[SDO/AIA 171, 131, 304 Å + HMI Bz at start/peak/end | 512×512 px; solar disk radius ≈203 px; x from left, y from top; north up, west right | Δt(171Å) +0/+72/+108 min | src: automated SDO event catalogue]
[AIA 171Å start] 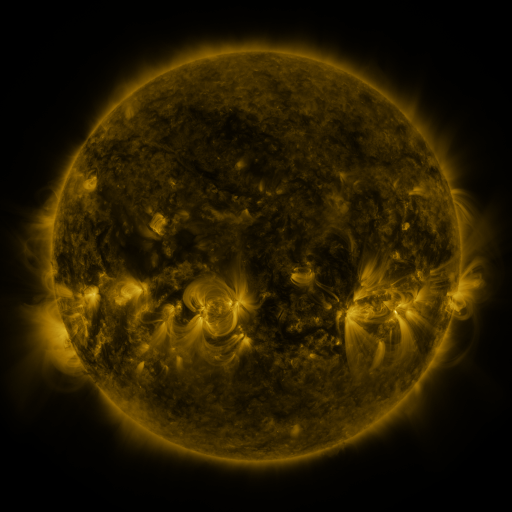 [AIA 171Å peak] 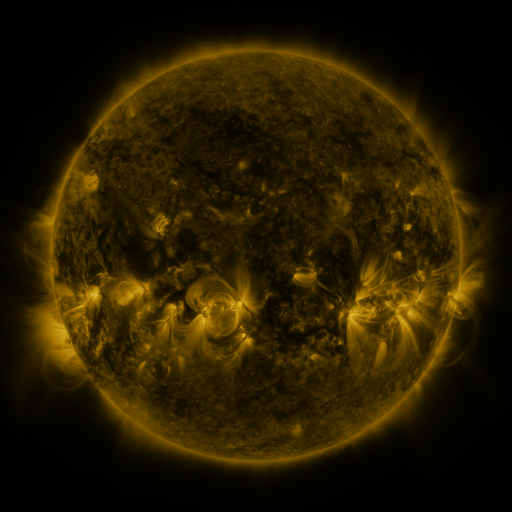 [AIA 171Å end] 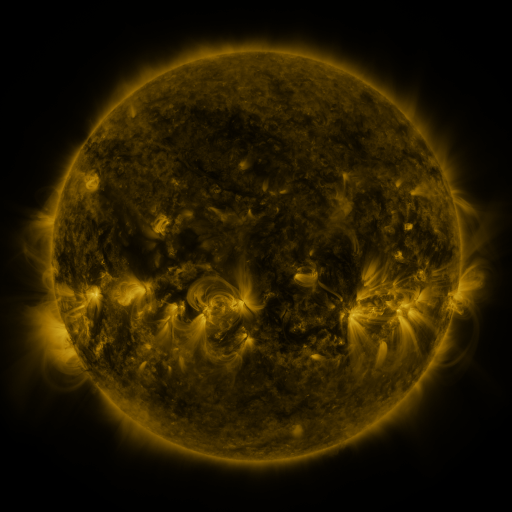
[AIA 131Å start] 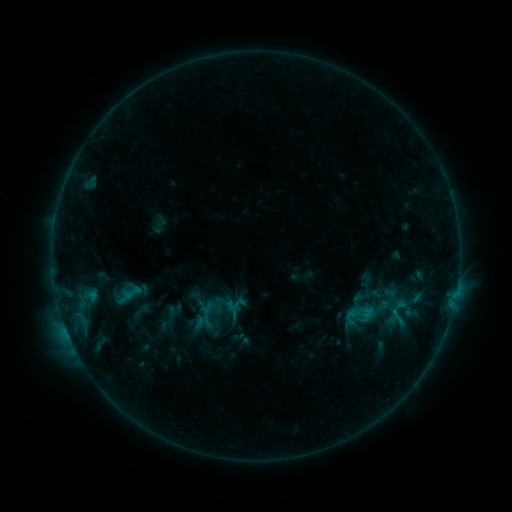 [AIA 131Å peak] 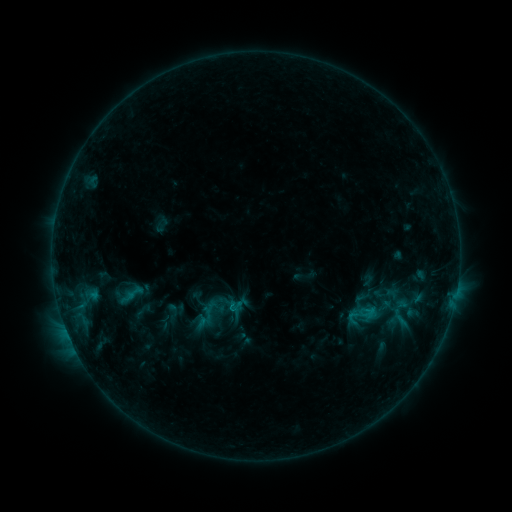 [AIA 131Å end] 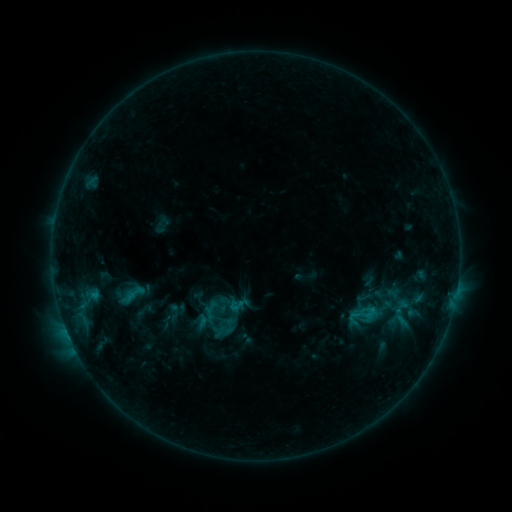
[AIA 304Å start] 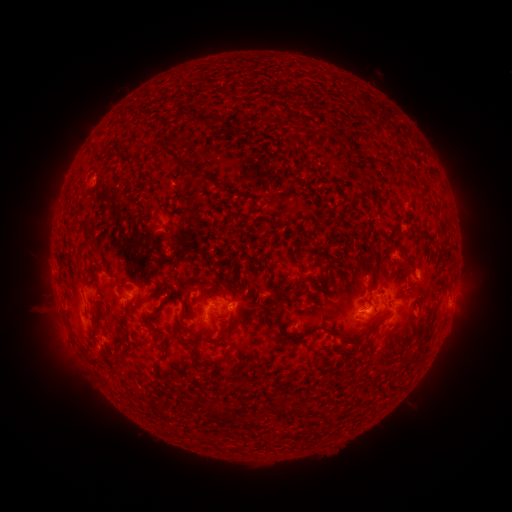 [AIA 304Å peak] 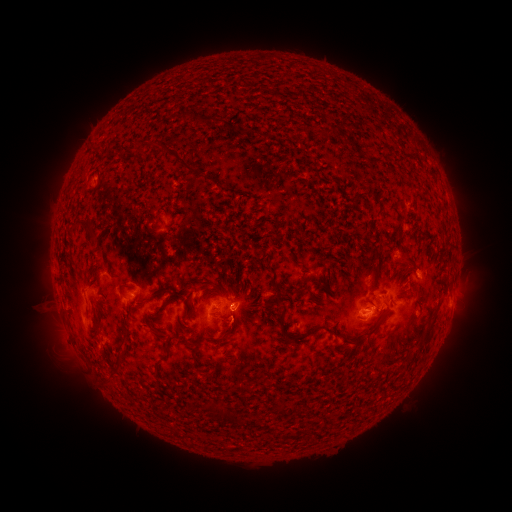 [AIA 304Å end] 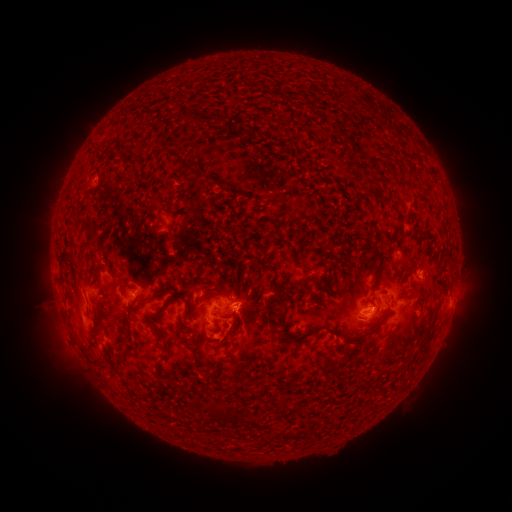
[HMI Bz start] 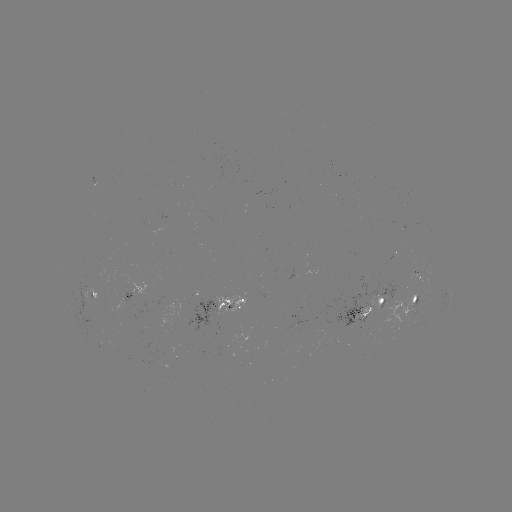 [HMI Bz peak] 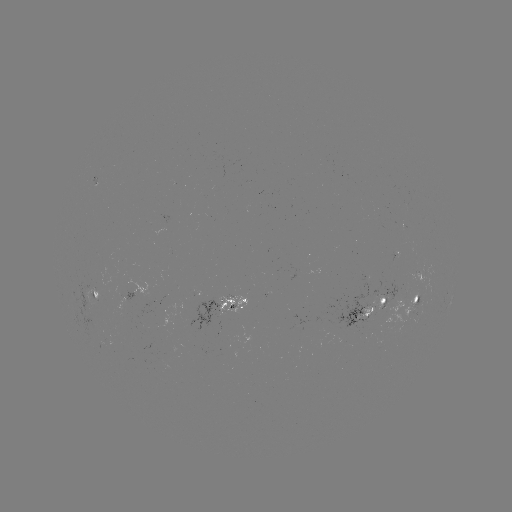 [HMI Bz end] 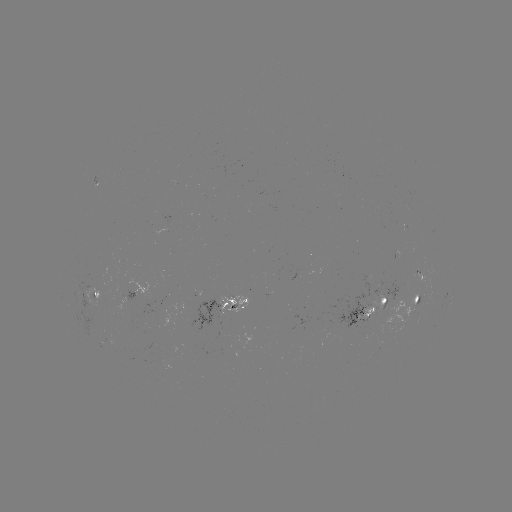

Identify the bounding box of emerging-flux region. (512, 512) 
[112, 287, 134, 301].